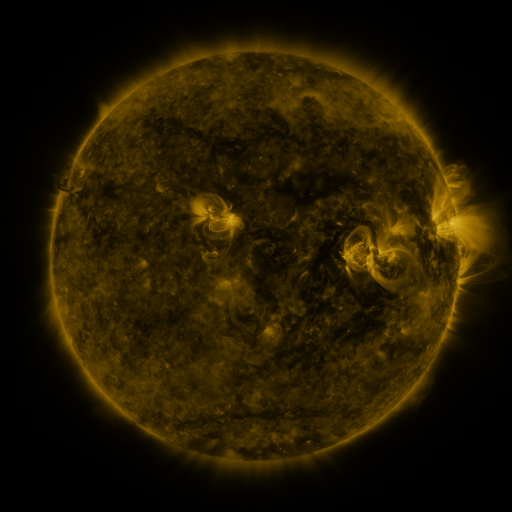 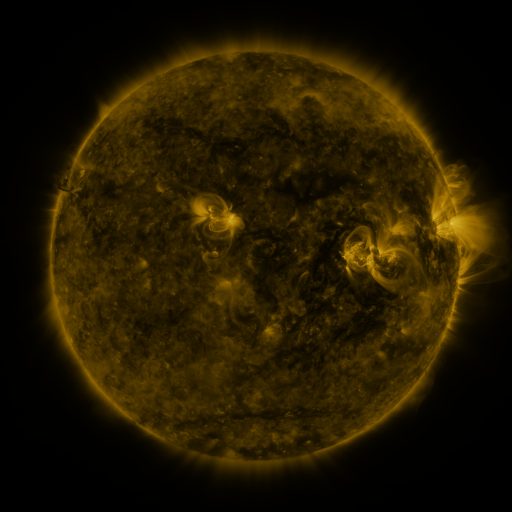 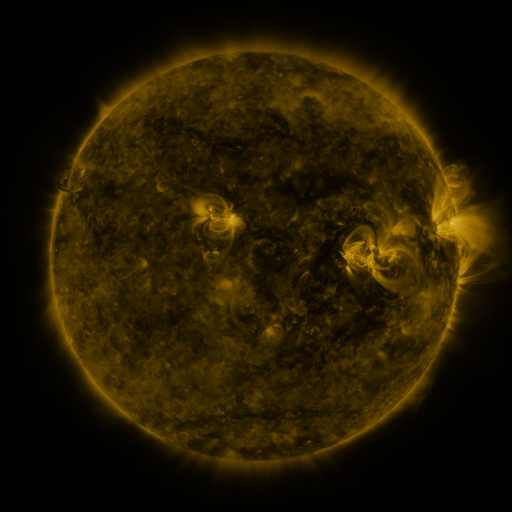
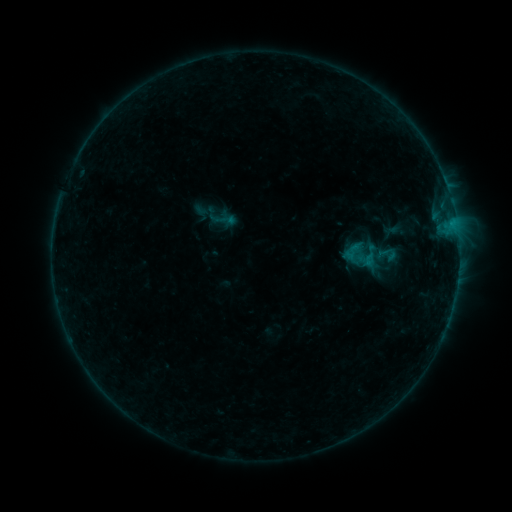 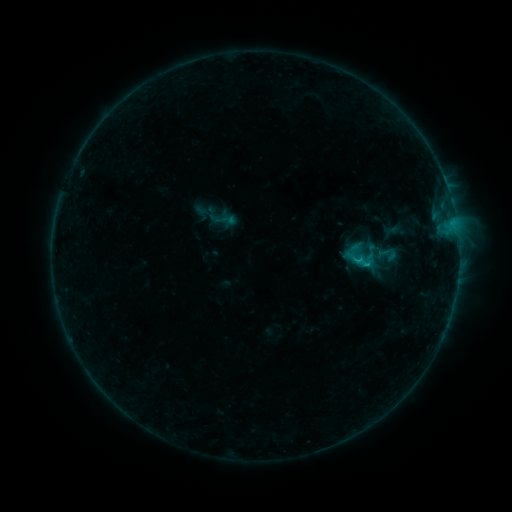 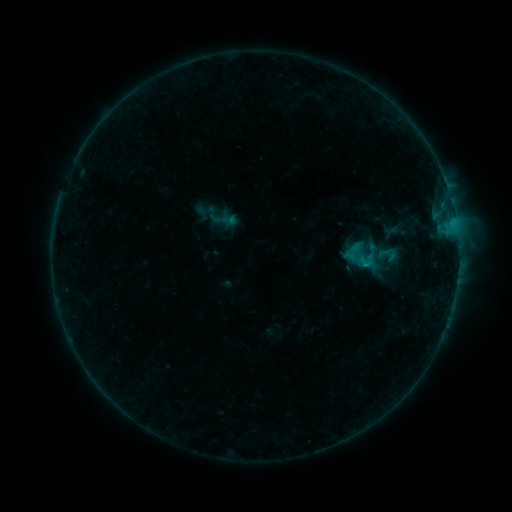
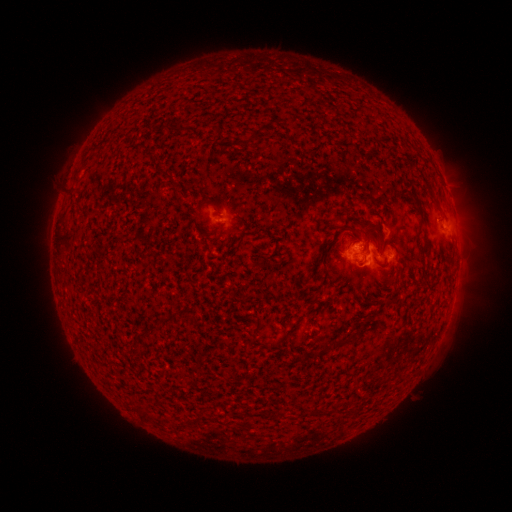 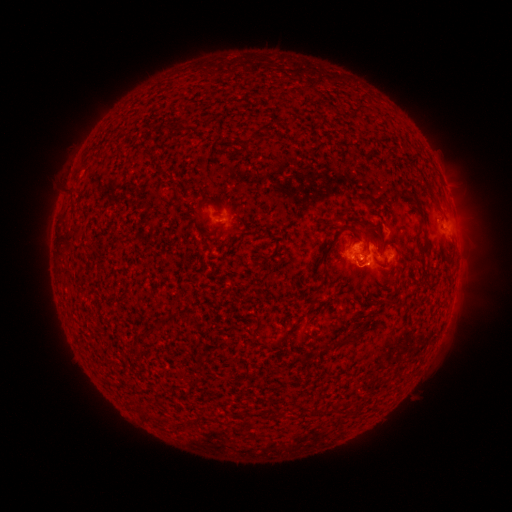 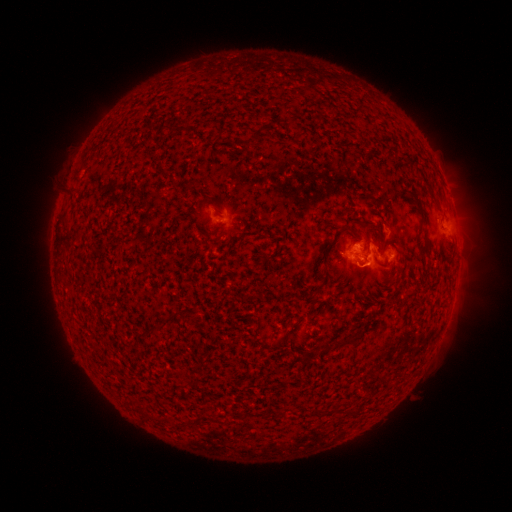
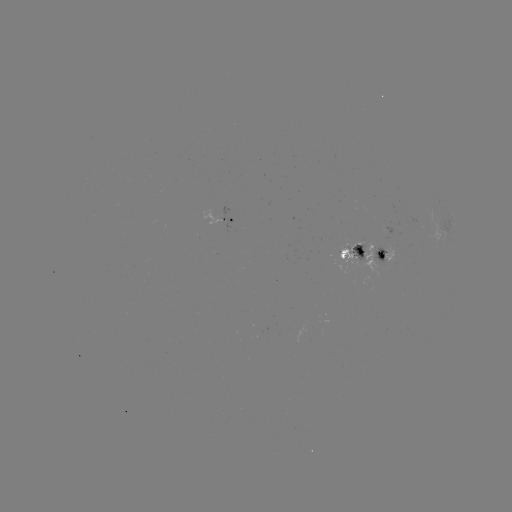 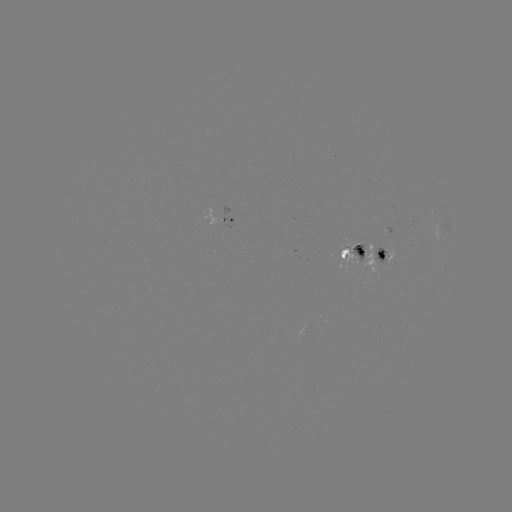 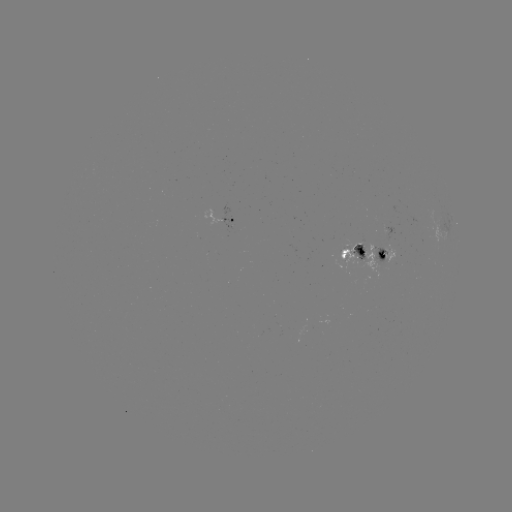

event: flare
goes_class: B6.6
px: (364, 267)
